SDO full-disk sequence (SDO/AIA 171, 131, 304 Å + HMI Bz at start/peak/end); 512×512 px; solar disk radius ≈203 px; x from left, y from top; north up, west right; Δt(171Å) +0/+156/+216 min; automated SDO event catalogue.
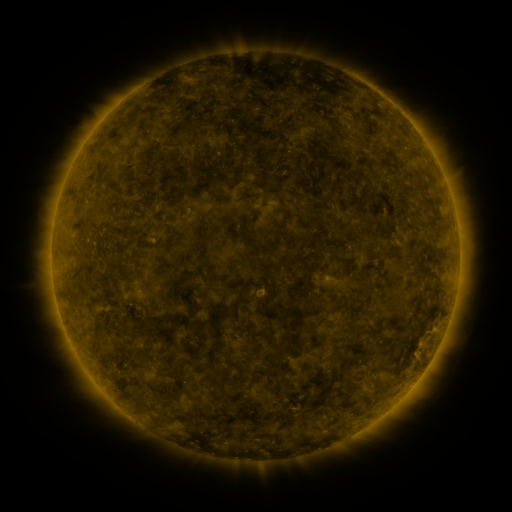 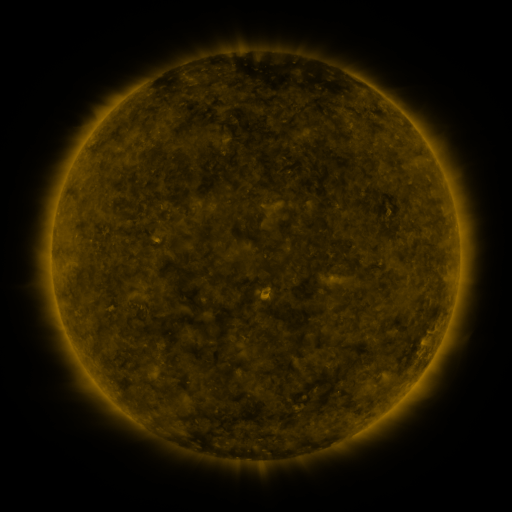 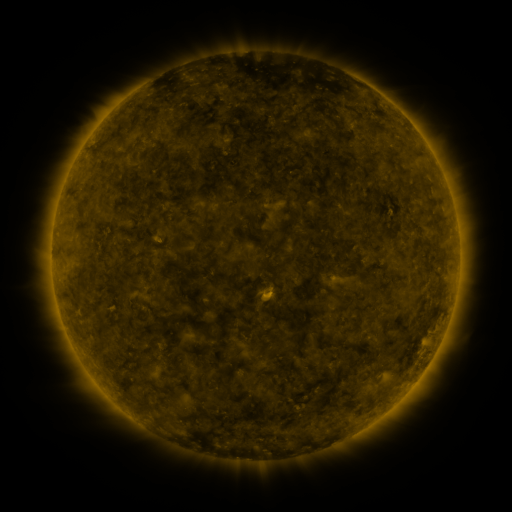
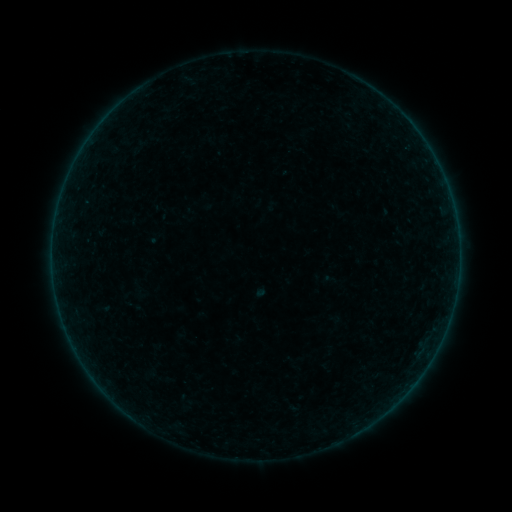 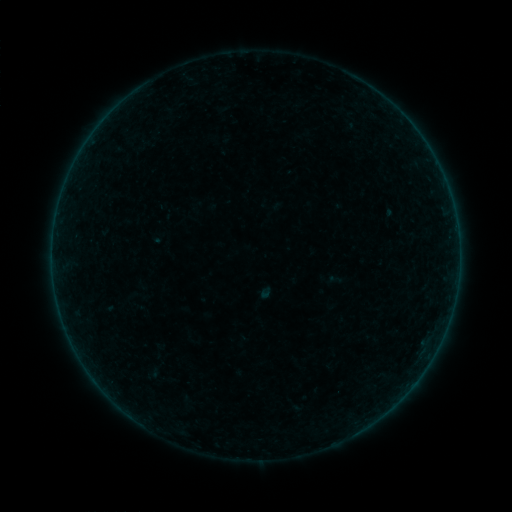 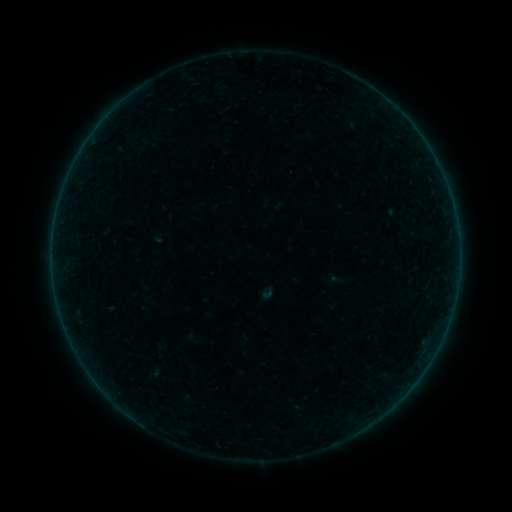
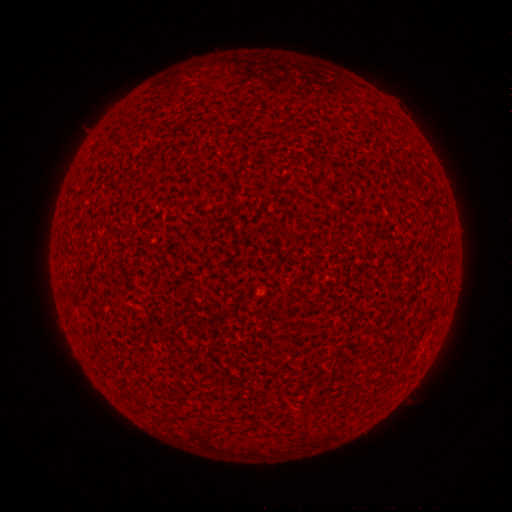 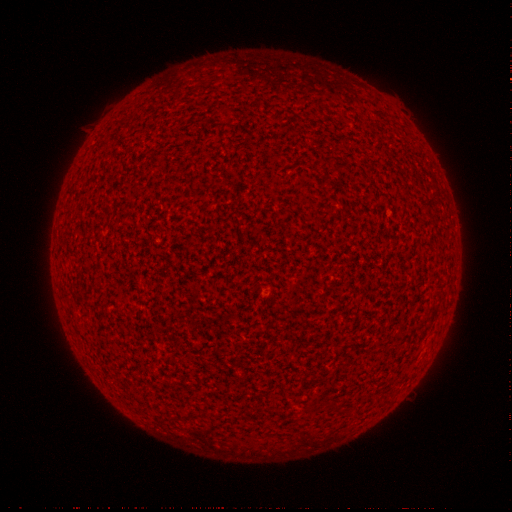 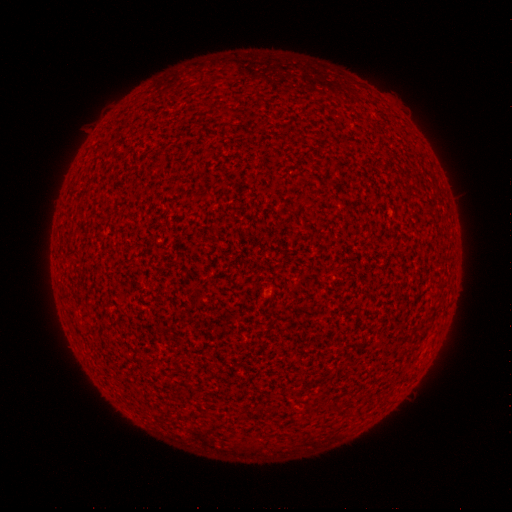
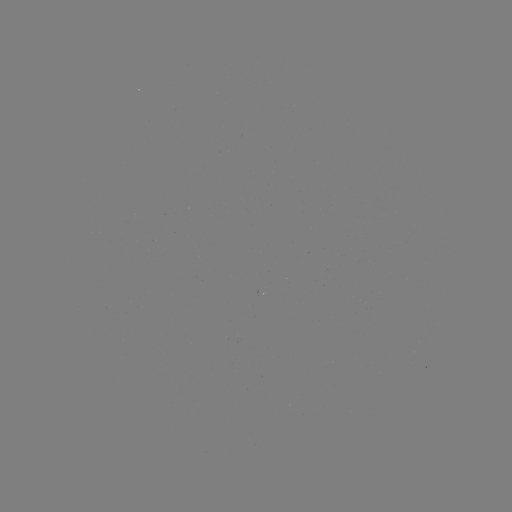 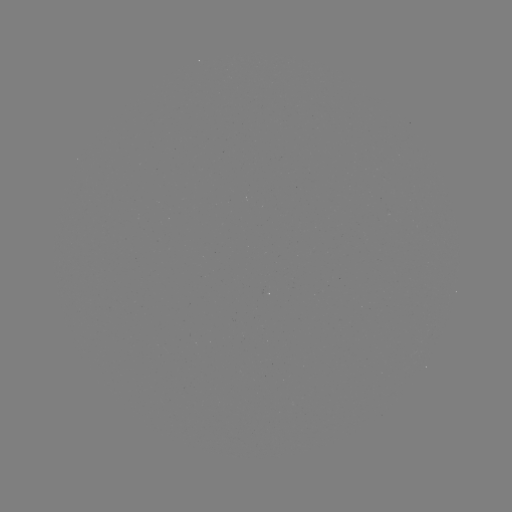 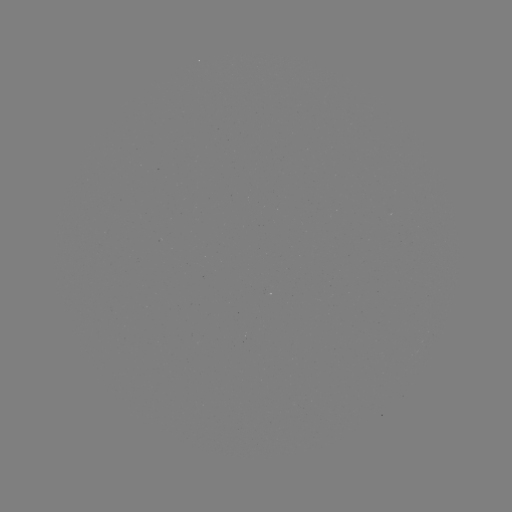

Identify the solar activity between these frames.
A9.1 flare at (263, 294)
